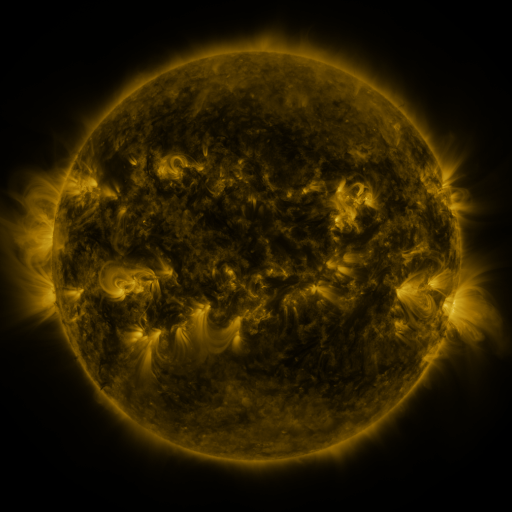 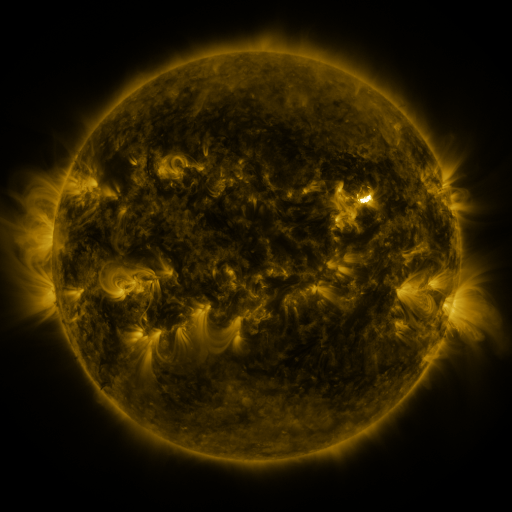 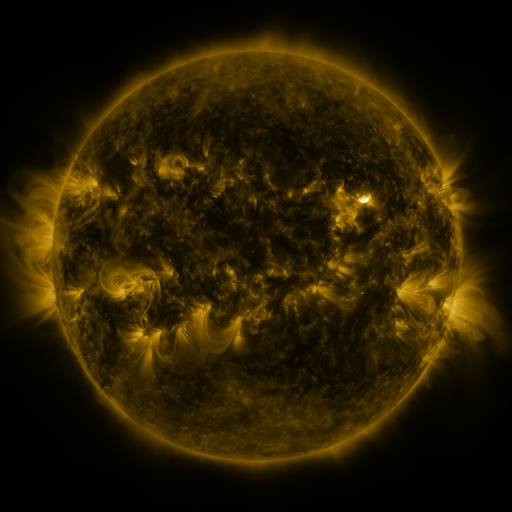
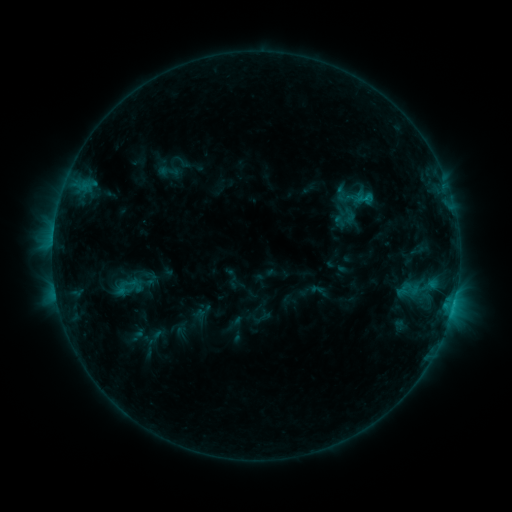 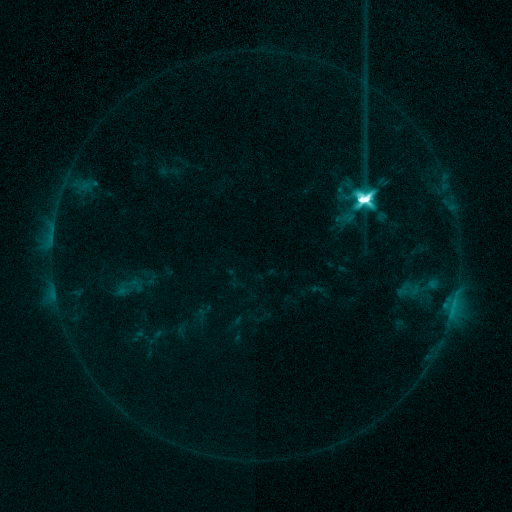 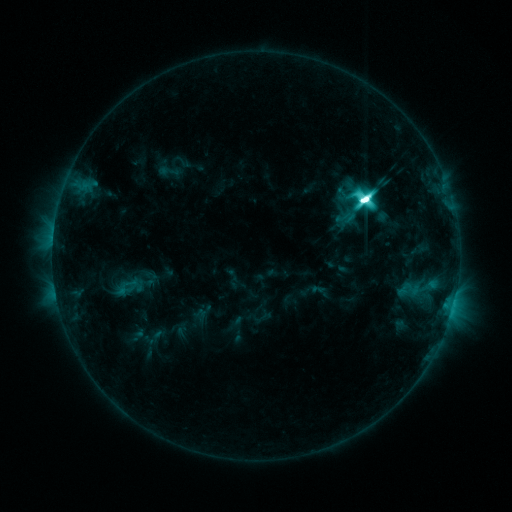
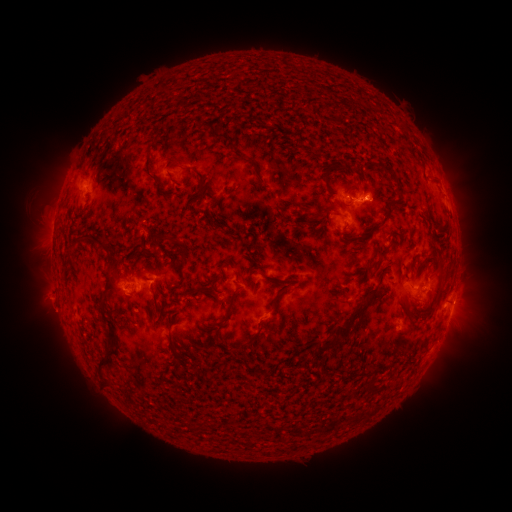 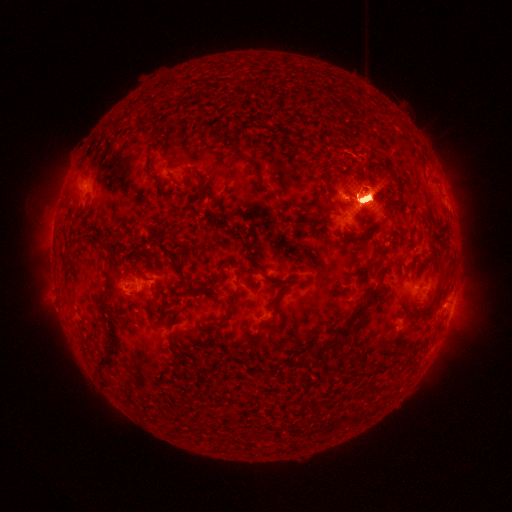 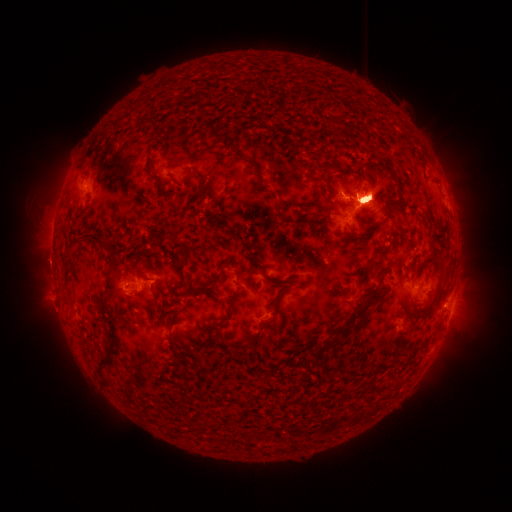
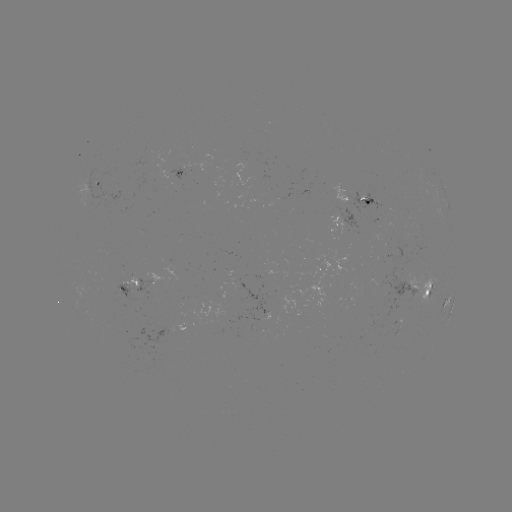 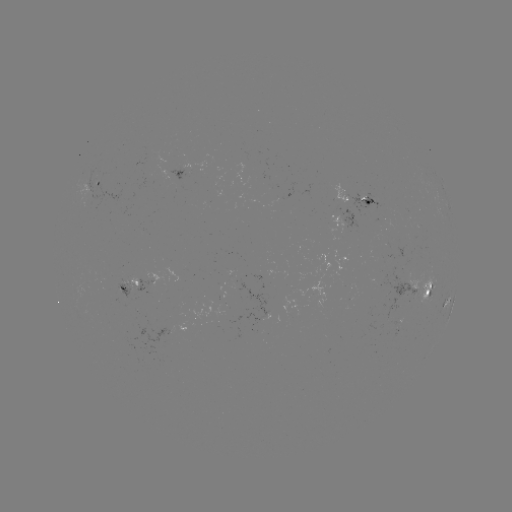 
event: flare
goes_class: X1.0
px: (362, 201)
